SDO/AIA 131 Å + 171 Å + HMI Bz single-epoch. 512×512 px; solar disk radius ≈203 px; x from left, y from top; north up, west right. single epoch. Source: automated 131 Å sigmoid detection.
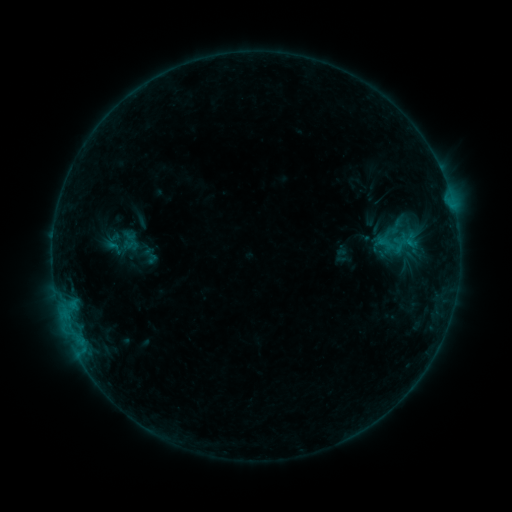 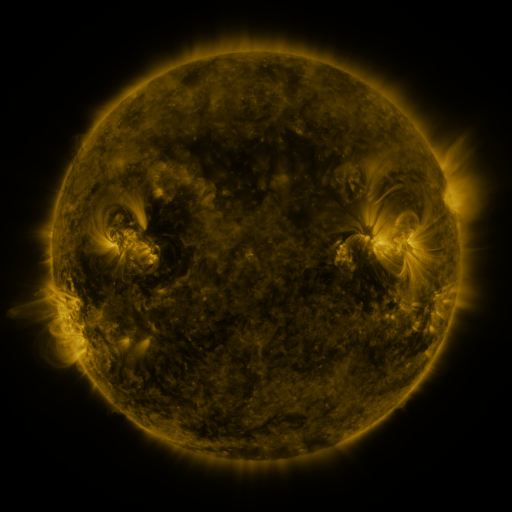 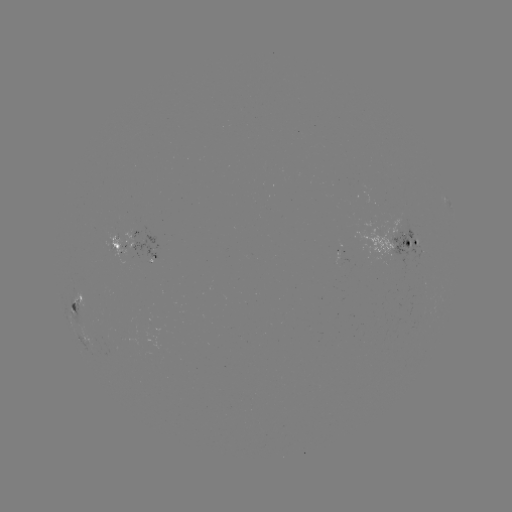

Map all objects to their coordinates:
sigmoid: (375, 234, 397, 253)
